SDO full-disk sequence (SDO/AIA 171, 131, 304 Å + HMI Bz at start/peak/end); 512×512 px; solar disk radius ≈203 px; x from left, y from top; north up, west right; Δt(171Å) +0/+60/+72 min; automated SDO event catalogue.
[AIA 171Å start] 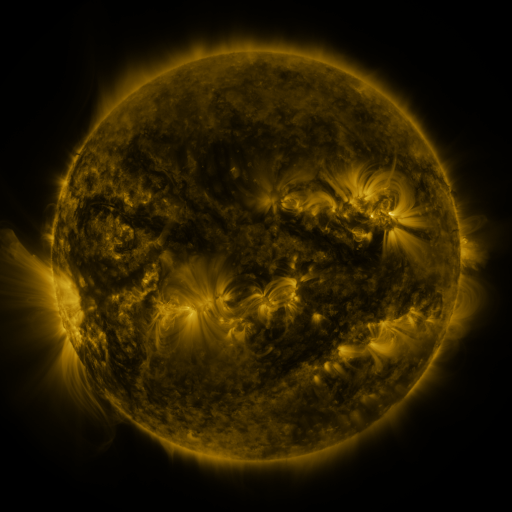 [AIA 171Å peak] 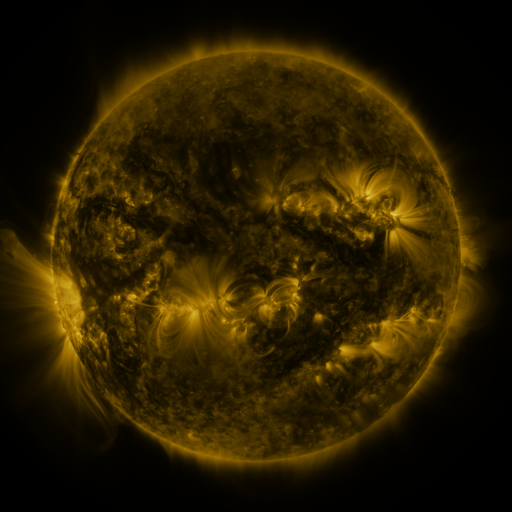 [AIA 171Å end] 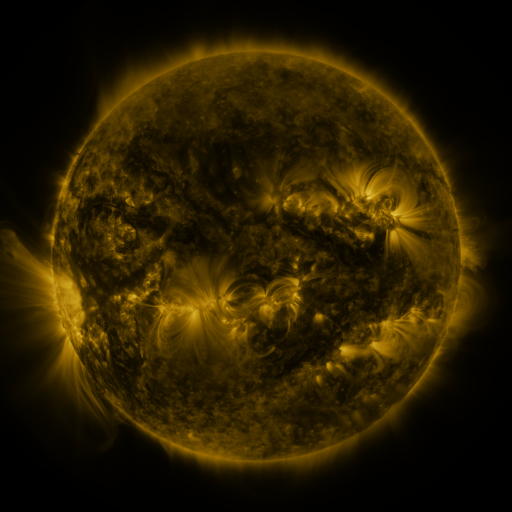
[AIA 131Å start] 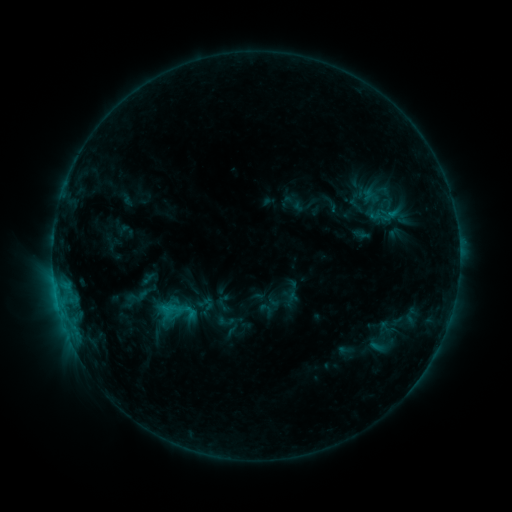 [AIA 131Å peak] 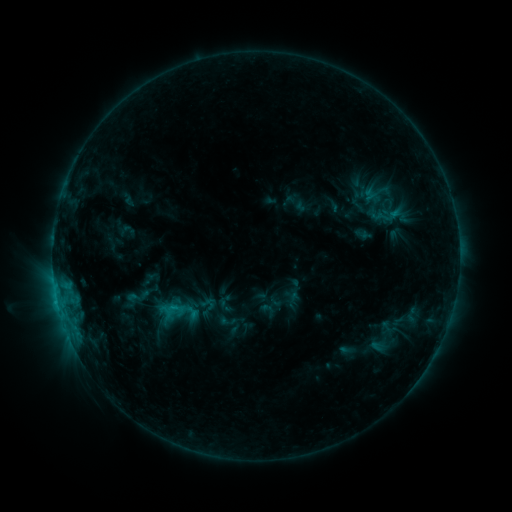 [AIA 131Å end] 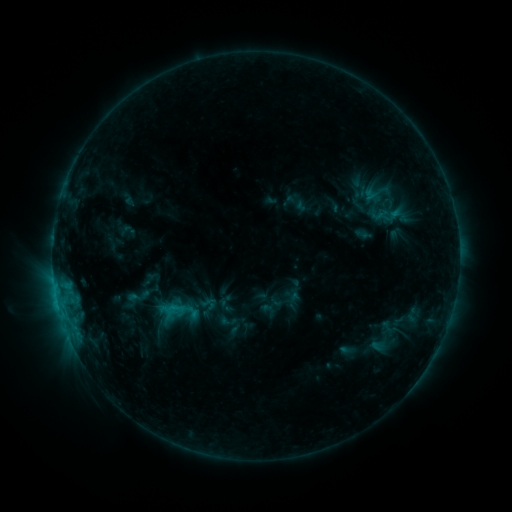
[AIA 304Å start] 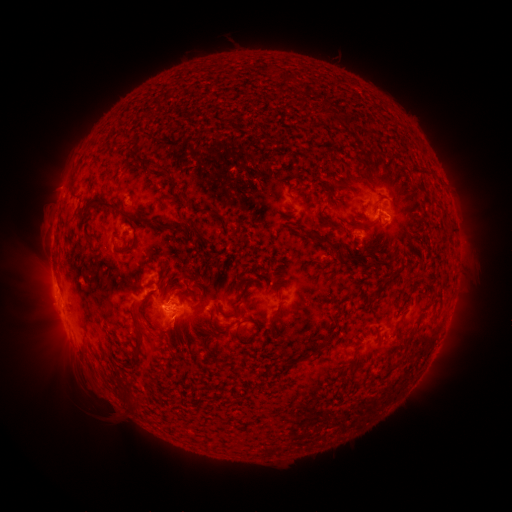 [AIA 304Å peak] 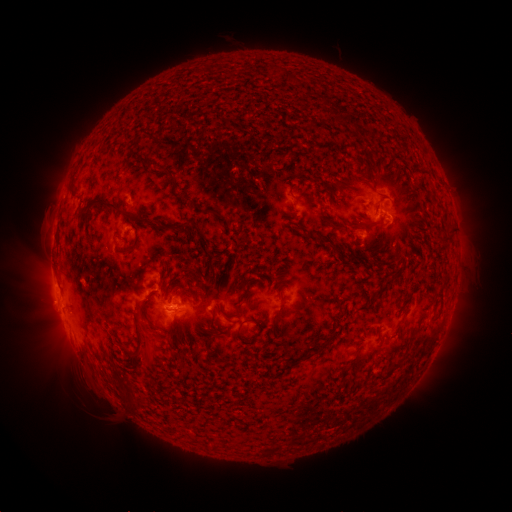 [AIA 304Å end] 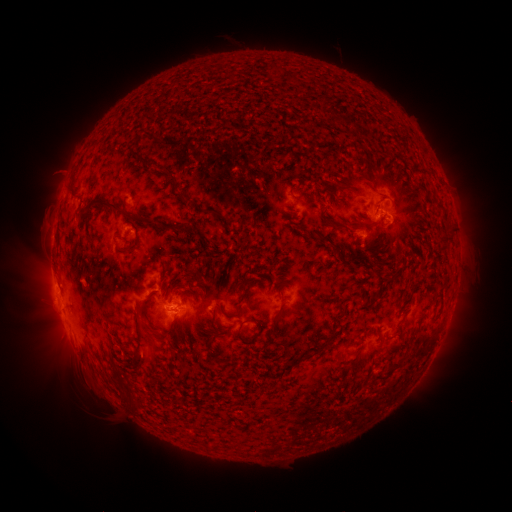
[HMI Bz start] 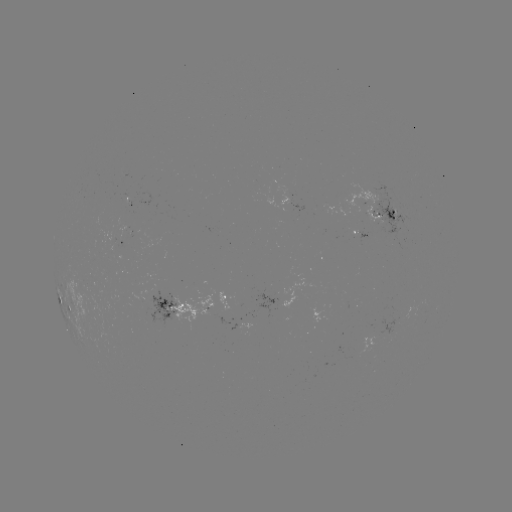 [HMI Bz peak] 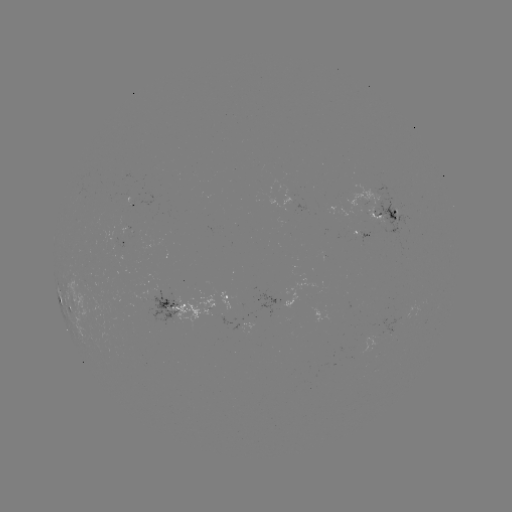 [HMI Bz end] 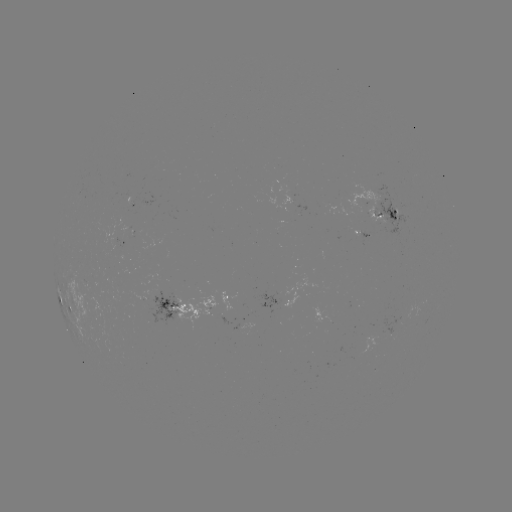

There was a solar emerging-flux region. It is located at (294, 207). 